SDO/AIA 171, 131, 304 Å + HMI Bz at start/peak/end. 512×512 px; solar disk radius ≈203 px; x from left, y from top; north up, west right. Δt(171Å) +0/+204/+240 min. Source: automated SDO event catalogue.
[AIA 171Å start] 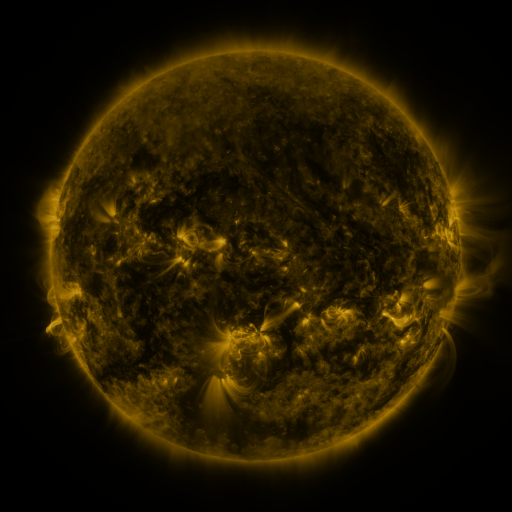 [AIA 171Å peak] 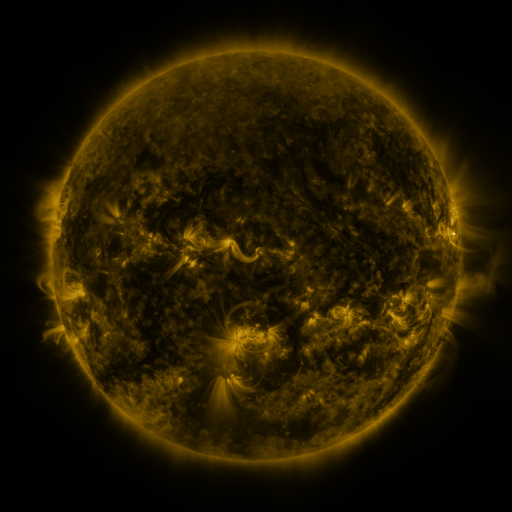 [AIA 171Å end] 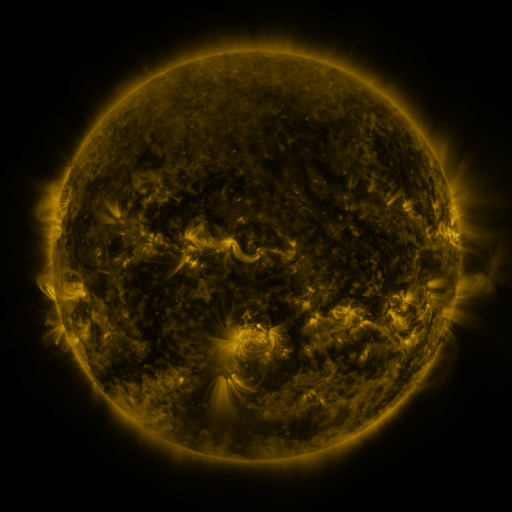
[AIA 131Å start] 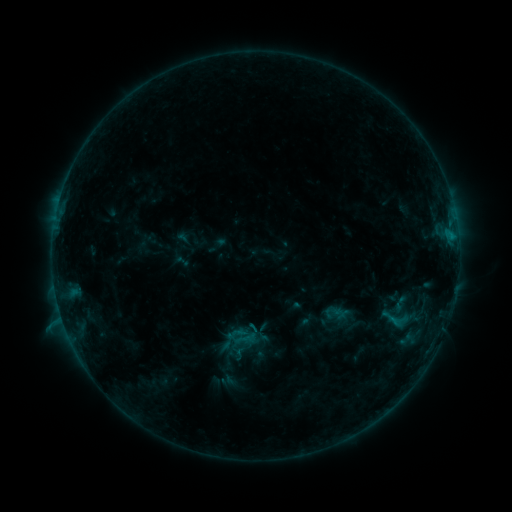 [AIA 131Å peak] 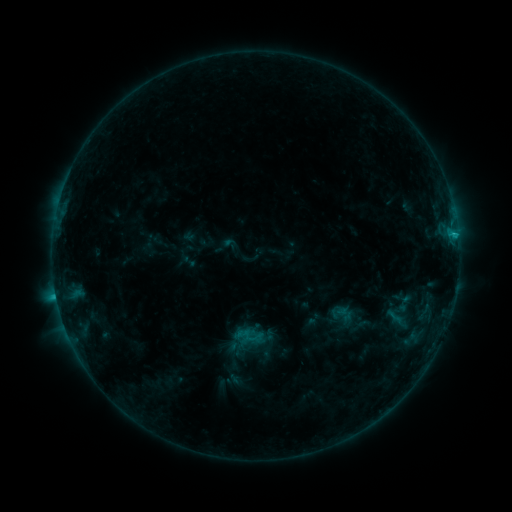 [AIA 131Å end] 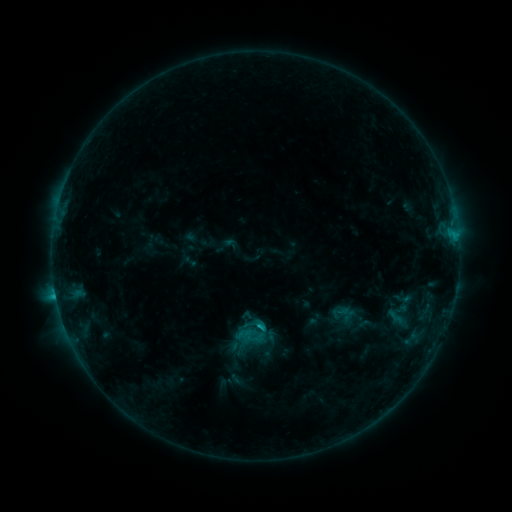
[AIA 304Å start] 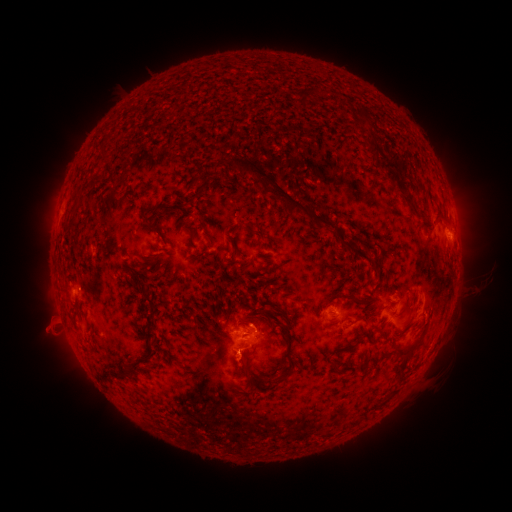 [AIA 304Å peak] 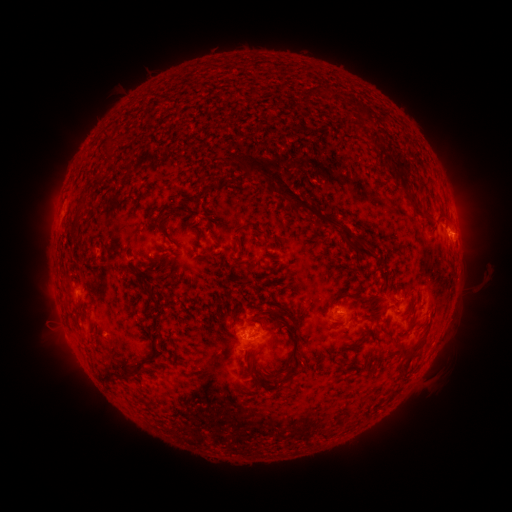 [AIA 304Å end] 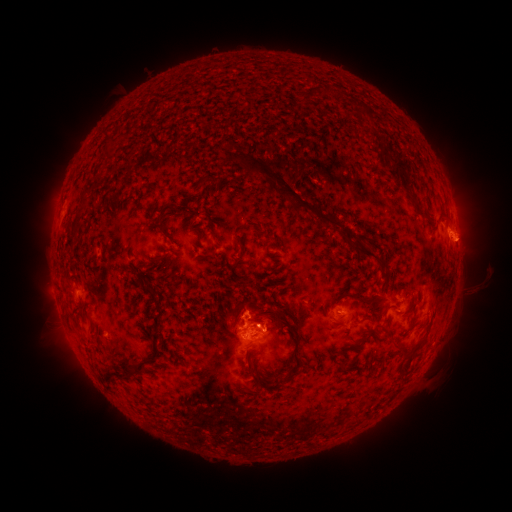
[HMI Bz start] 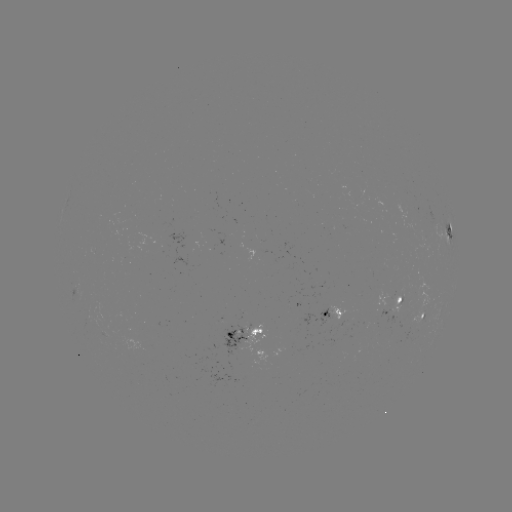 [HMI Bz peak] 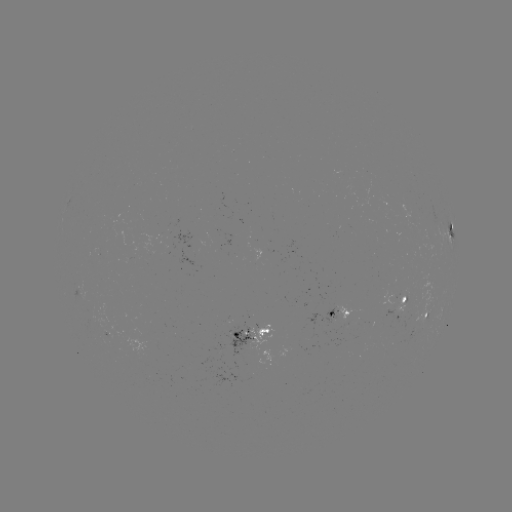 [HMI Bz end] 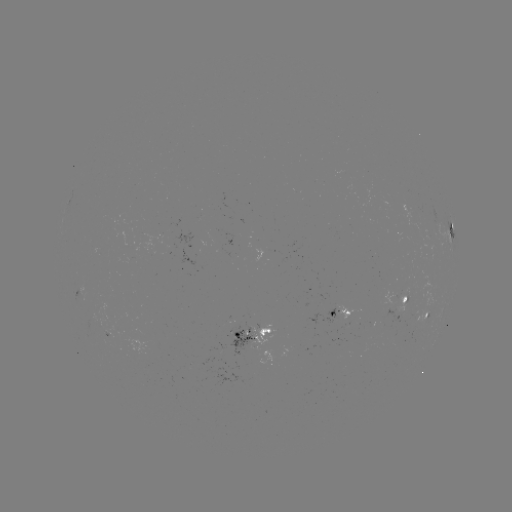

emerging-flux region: <bbox>223, 321, 253, 358</bbox>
